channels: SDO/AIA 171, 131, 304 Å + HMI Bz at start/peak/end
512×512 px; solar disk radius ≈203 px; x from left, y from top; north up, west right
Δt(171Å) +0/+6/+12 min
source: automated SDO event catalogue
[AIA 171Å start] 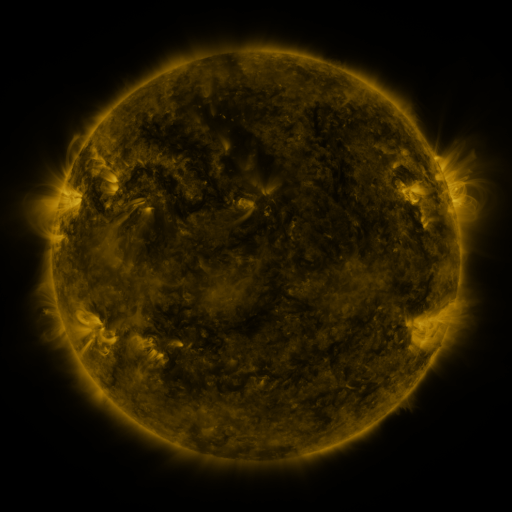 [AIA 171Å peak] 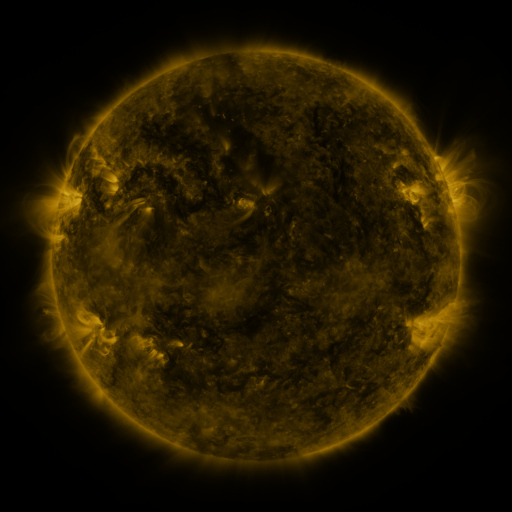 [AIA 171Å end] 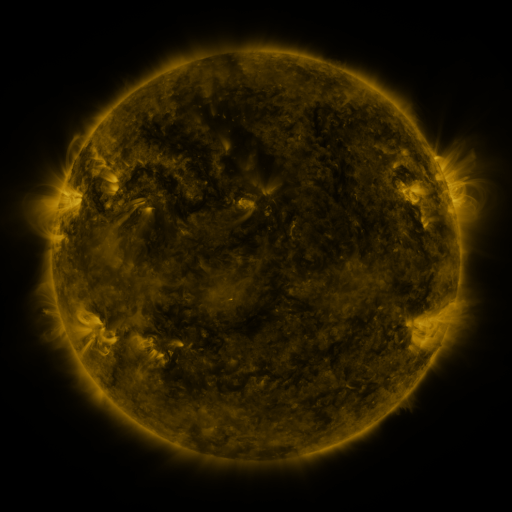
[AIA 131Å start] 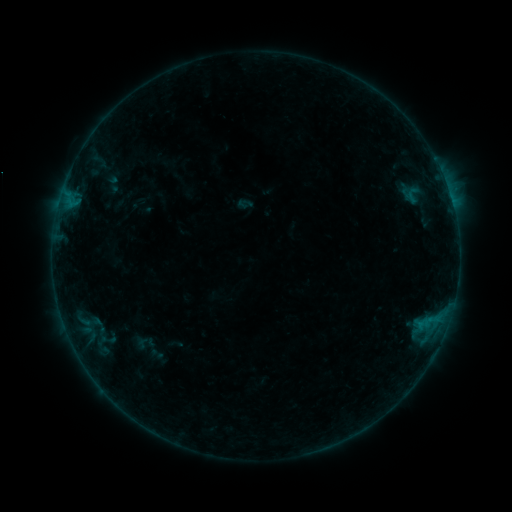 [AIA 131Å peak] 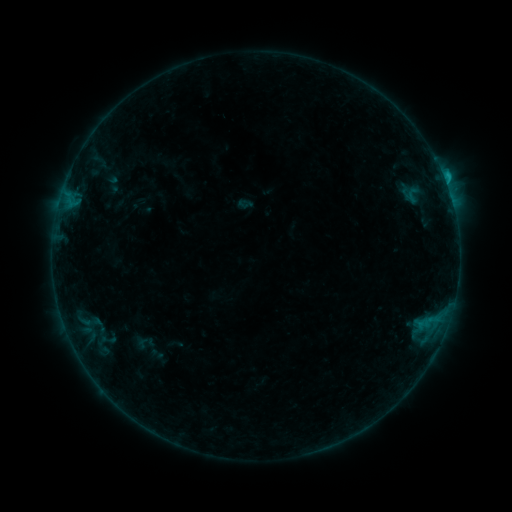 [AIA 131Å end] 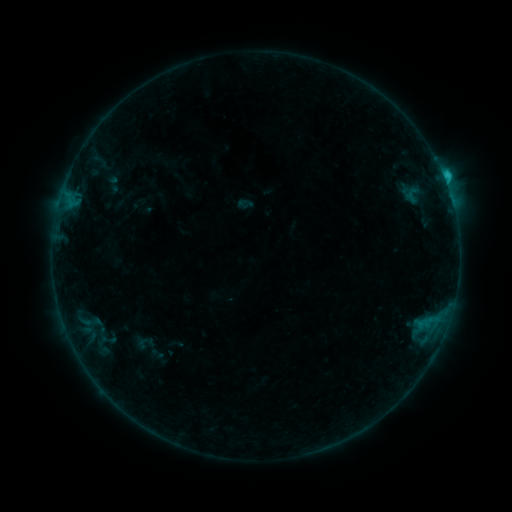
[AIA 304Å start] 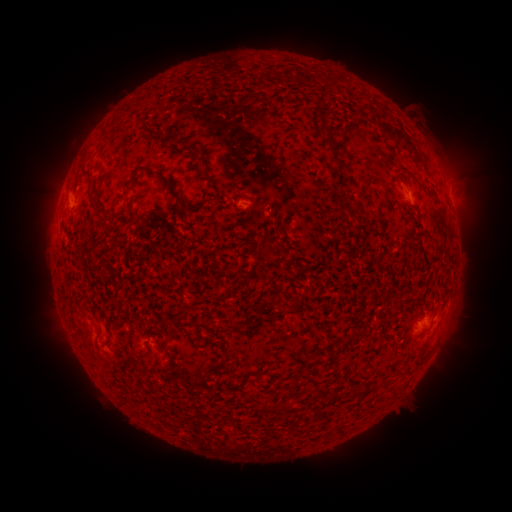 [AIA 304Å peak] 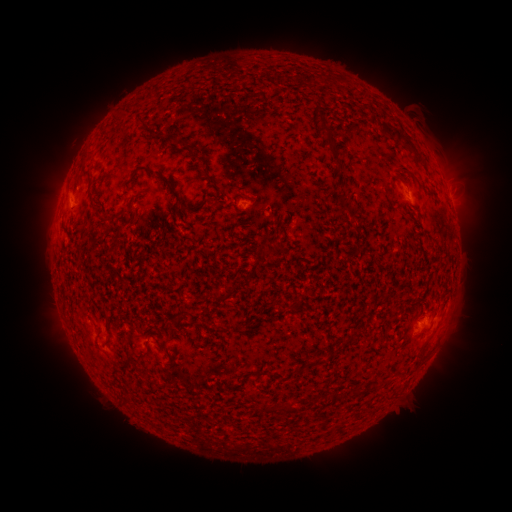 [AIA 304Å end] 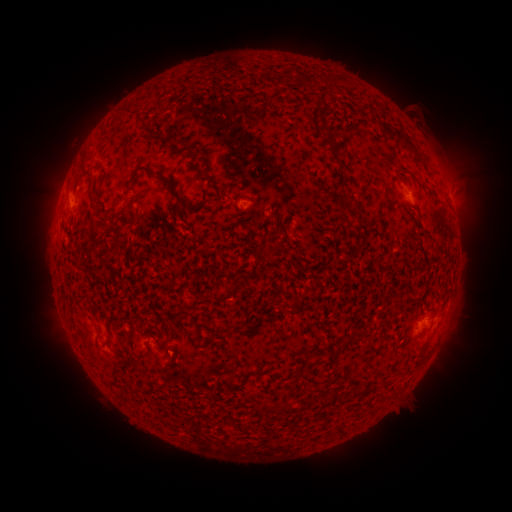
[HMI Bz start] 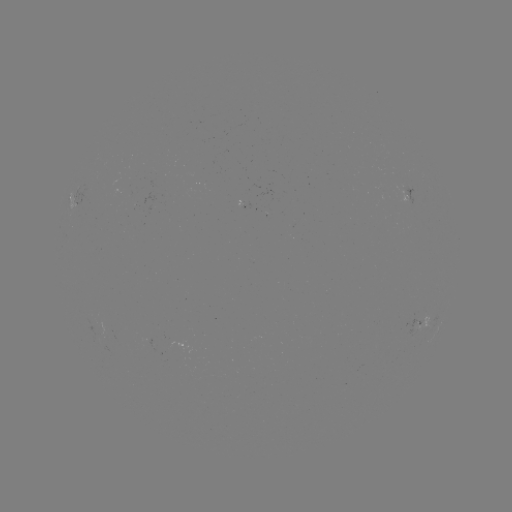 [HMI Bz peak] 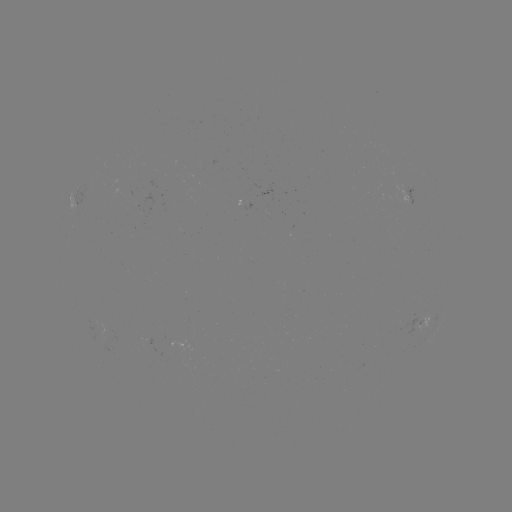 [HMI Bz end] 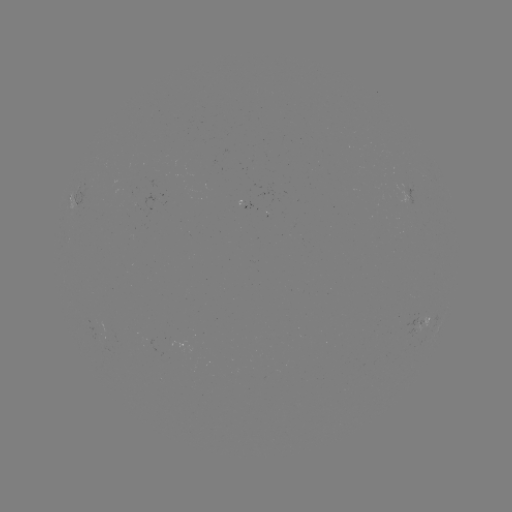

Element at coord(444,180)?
B9.6 flare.